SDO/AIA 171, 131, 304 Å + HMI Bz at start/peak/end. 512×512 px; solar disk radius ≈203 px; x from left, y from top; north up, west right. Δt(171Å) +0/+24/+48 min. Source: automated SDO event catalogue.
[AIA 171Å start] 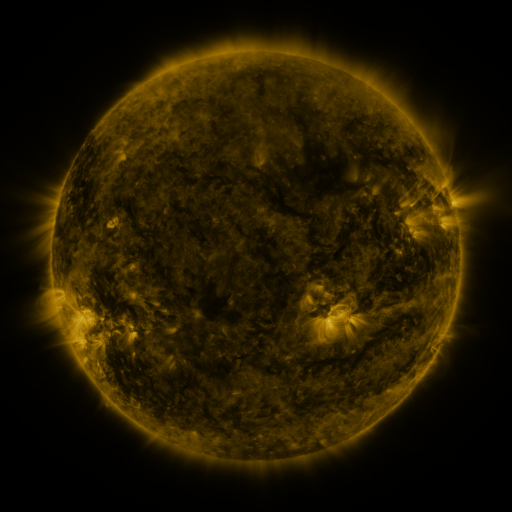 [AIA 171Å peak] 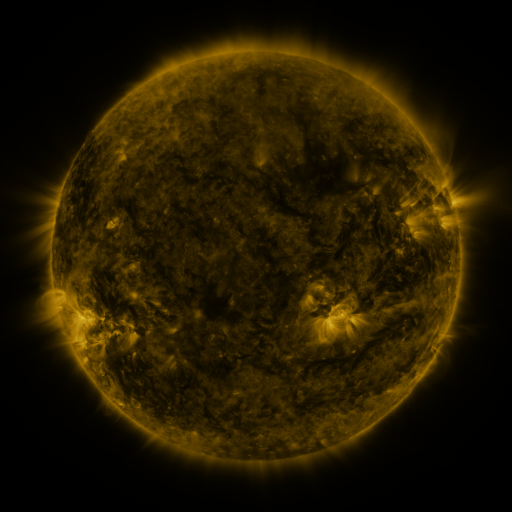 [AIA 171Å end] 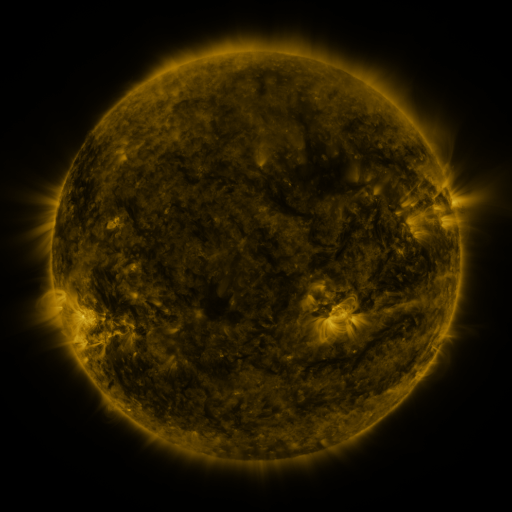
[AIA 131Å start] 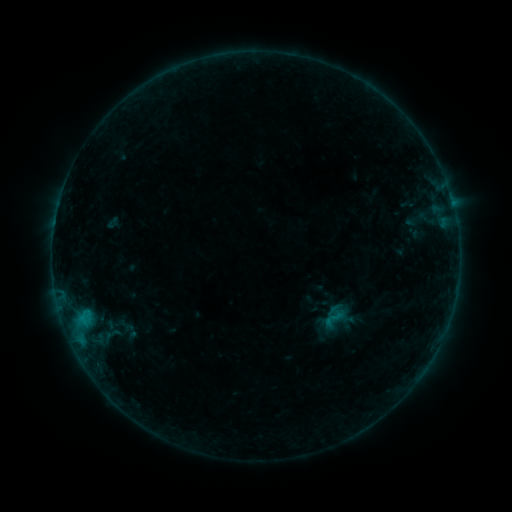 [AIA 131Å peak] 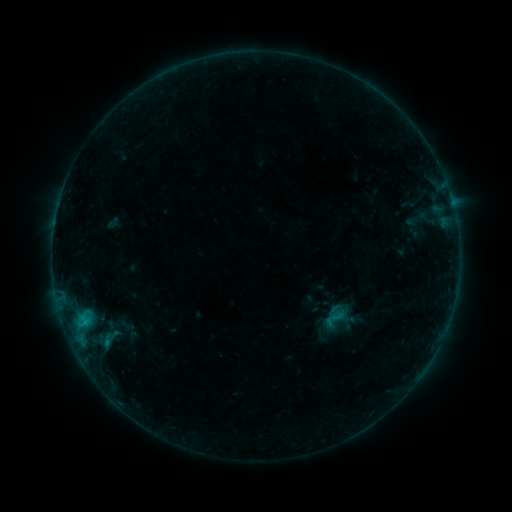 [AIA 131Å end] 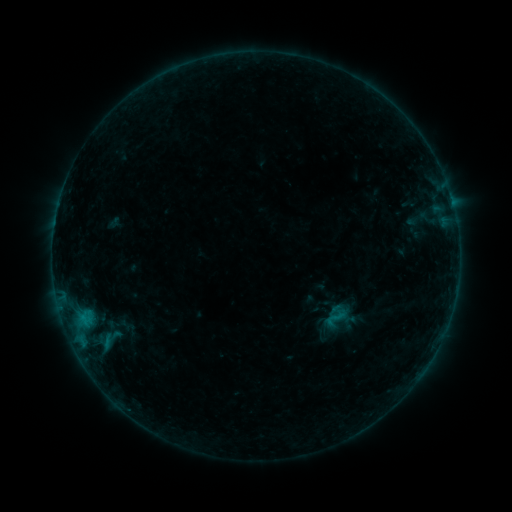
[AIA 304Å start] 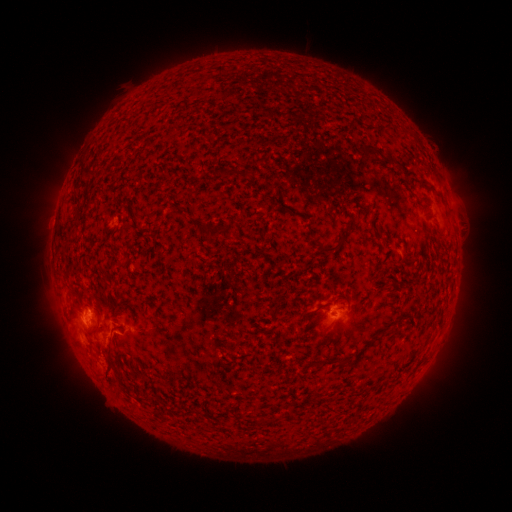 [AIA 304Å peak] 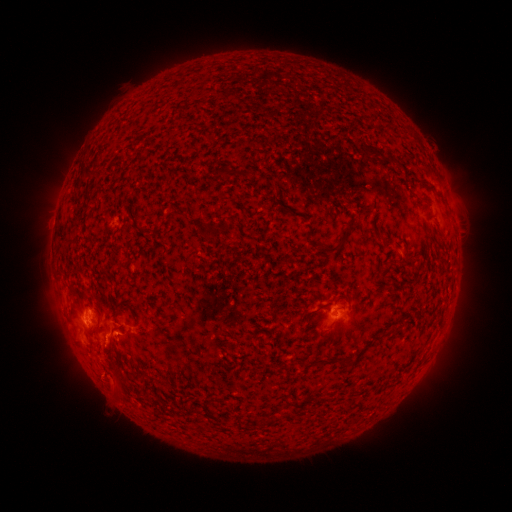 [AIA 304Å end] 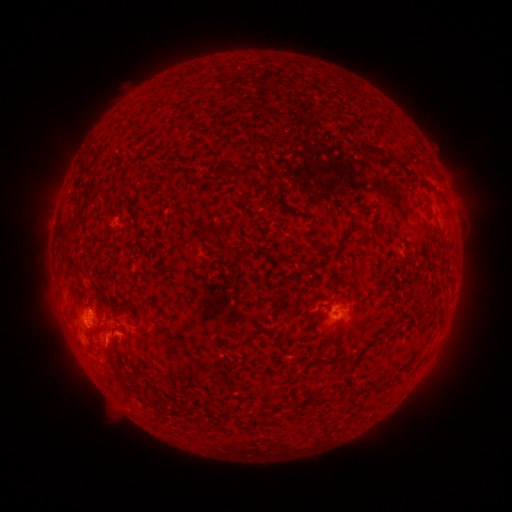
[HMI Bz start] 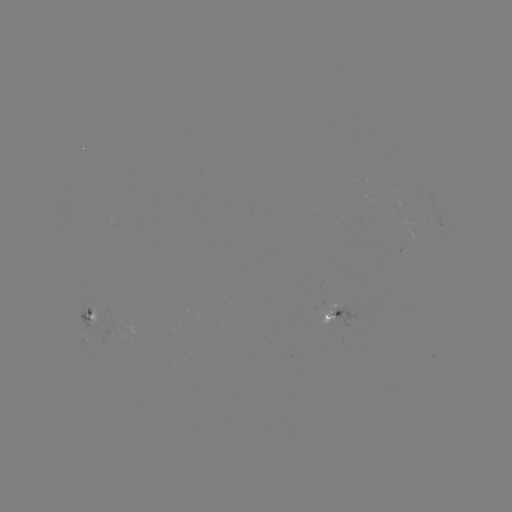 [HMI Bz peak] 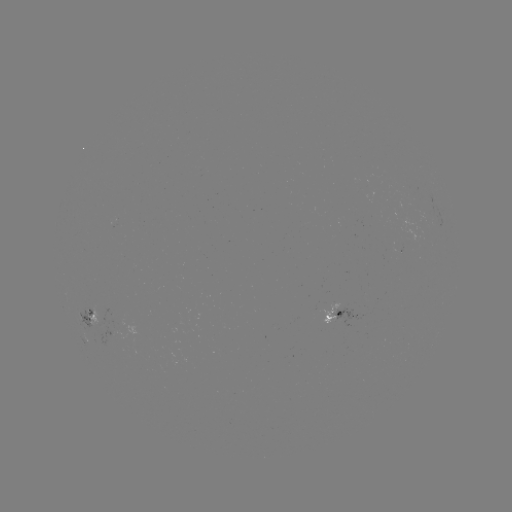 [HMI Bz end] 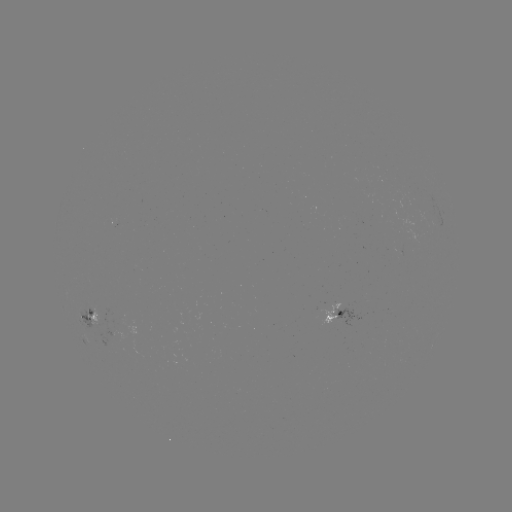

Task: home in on B6.4 flare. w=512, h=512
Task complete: (108, 342).